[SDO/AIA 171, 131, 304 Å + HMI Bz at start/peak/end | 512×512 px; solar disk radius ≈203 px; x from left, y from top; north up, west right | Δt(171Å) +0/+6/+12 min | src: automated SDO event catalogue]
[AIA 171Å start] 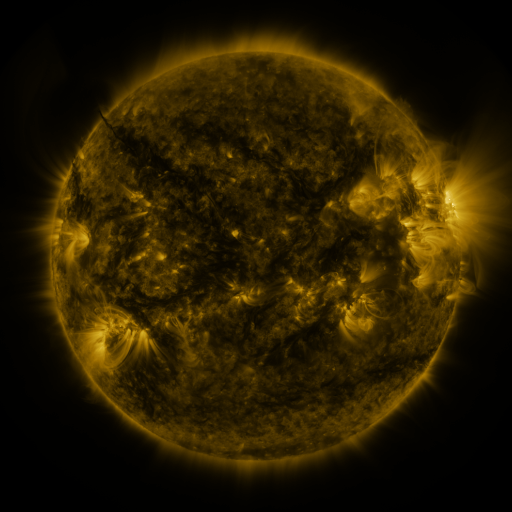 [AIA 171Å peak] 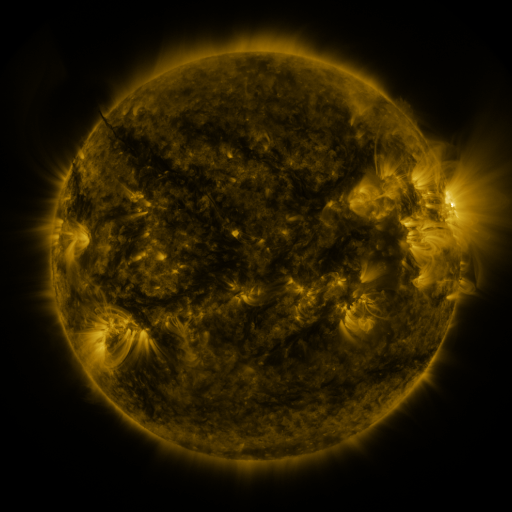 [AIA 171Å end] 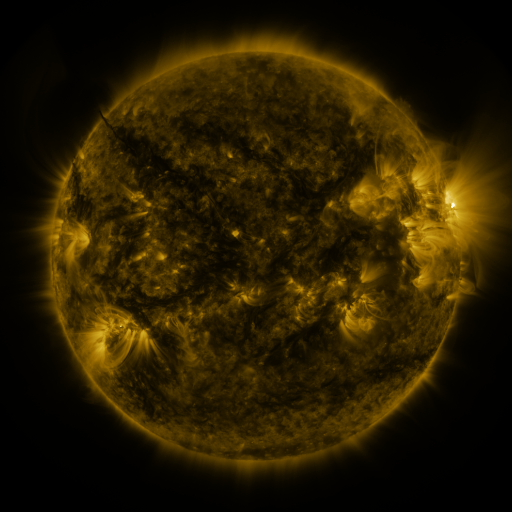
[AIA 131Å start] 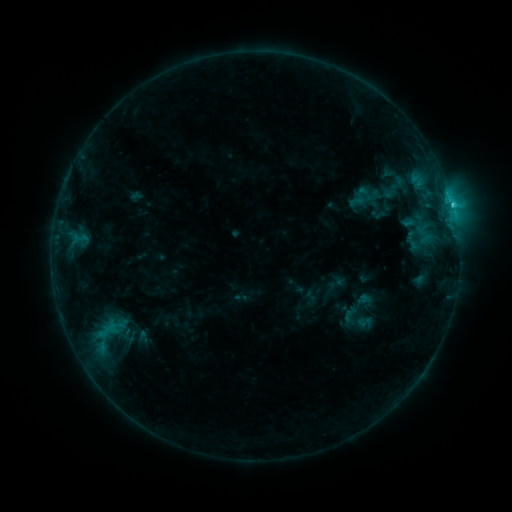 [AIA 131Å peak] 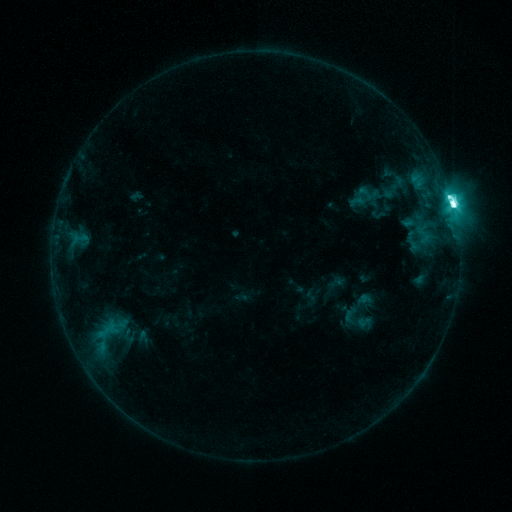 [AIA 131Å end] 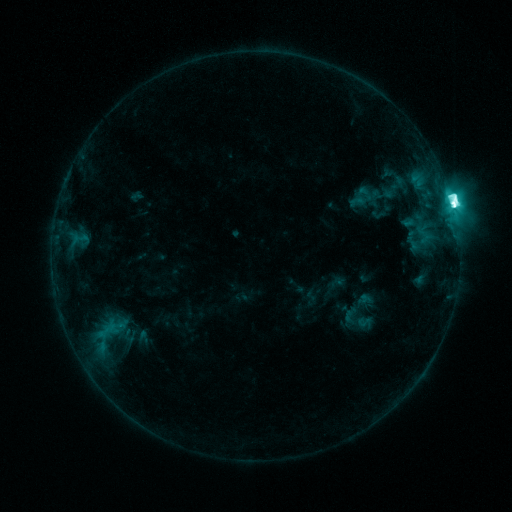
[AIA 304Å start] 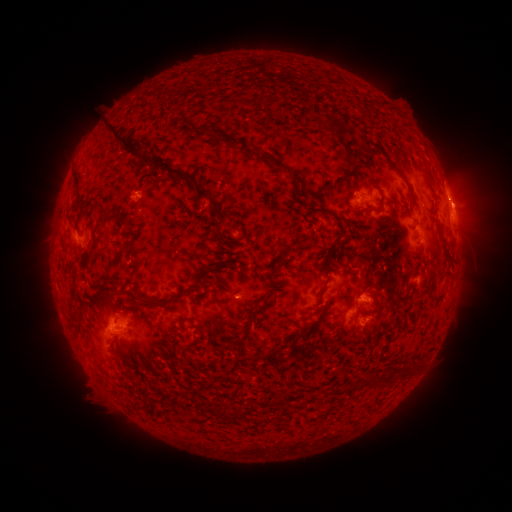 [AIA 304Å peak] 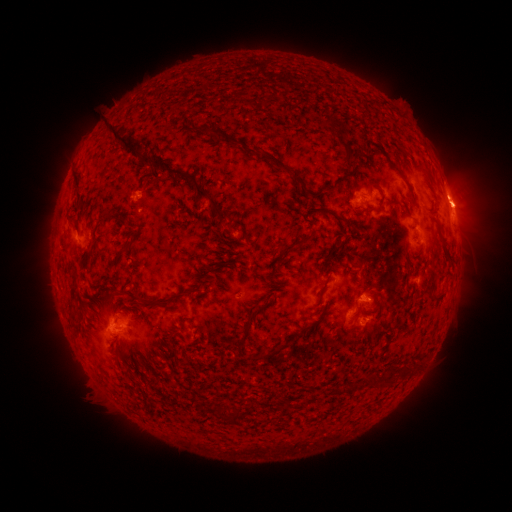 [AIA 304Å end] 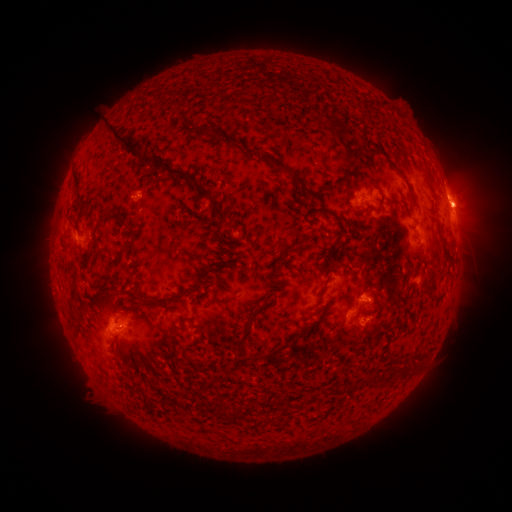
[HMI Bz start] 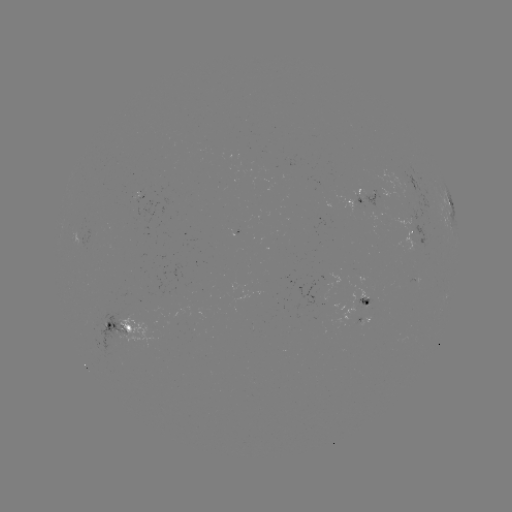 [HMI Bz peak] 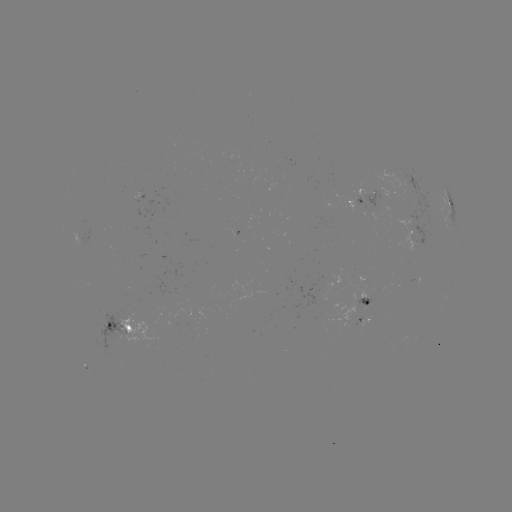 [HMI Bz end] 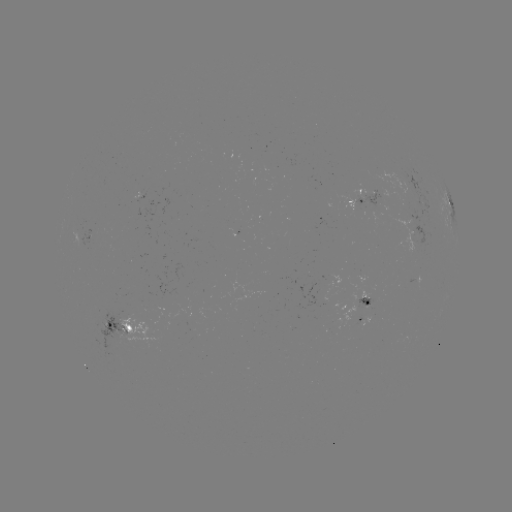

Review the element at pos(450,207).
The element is M2.0 flare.